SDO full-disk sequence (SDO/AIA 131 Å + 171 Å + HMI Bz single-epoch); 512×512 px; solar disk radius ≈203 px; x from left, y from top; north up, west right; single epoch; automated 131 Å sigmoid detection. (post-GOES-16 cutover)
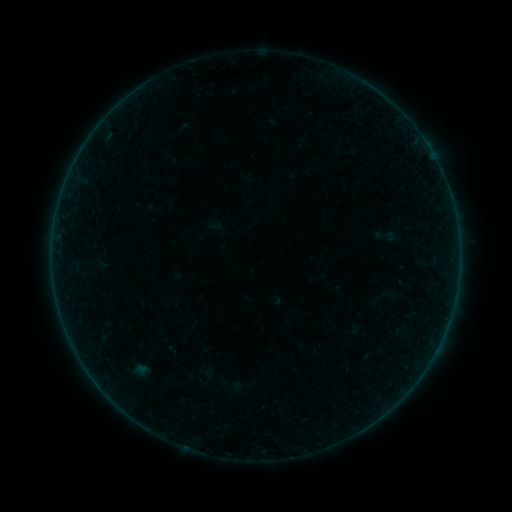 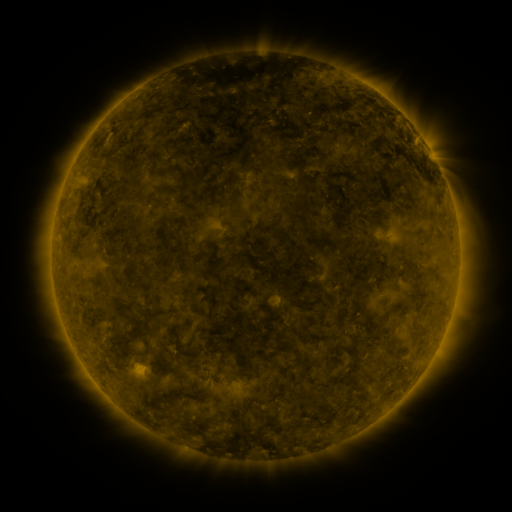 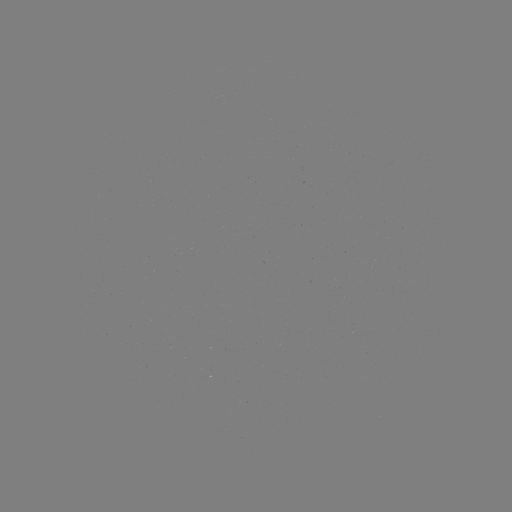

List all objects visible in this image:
sigmoid: (207, 372)
